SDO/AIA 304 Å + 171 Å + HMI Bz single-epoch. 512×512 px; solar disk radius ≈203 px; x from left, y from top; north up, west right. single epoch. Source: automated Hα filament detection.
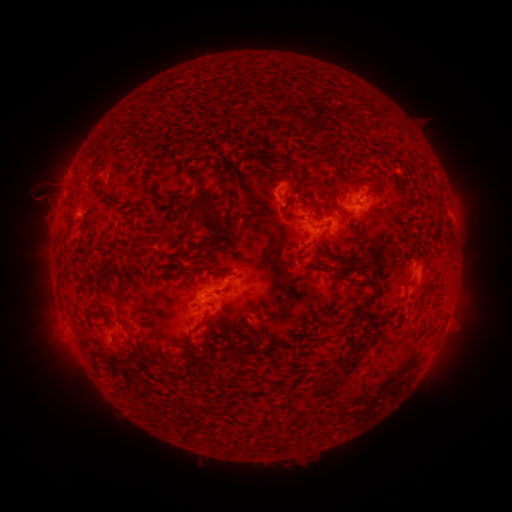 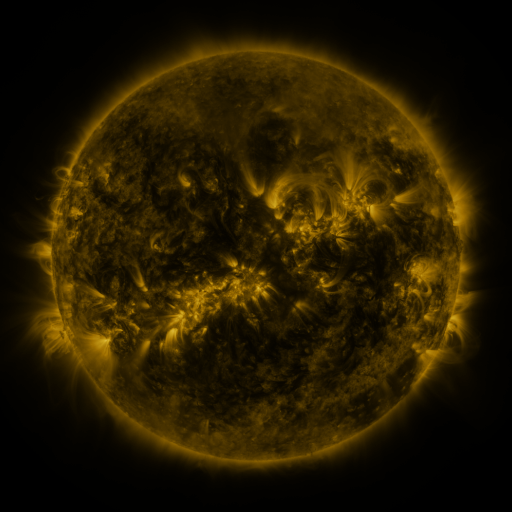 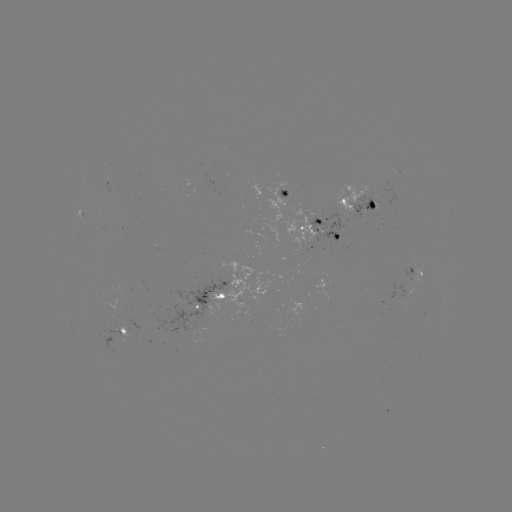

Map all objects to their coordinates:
filament: (279, 150, 298, 169)
filament: (219, 170, 229, 184)
filament: (310, 180, 320, 191)
filament: (146, 188, 156, 196)
filament: (199, 189, 209, 198)
filament: (178, 196, 190, 208)
filament: (307, 200, 316, 215)
filament: (198, 209, 214, 221)
filament: (221, 215, 232, 230)
filament: (313, 244, 324, 256)
filament: (310, 256, 327, 266)
filament: (111, 264, 127, 315)
filament: (178, 264, 209, 274)
filament: (214, 268, 235, 277)
filament: (370, 272, 378, 284)
filament: (359, 291, 378, 310)
filament: (351, 342, 371, 354)
filament: (235, 345, 248, 362)
filament: (216, 353, 233, 364)
filament: (183, 361, 192, 373)
filament: (307, 382, 333, 400)
filament: (194, 399, 209, 412)
